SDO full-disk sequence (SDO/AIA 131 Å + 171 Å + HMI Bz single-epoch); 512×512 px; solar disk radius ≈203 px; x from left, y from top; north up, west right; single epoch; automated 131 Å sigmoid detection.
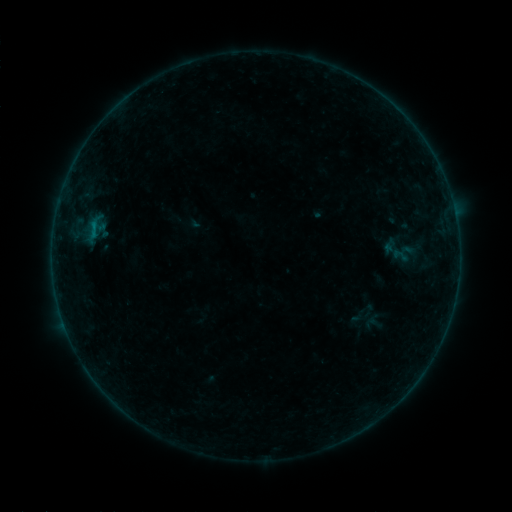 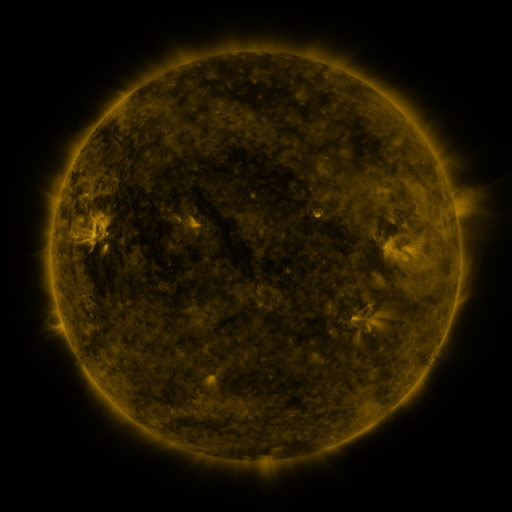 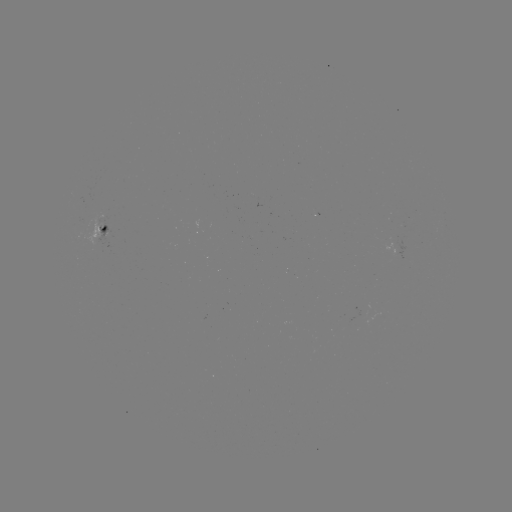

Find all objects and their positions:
sigmoid: (393, 248, 410, 265)
